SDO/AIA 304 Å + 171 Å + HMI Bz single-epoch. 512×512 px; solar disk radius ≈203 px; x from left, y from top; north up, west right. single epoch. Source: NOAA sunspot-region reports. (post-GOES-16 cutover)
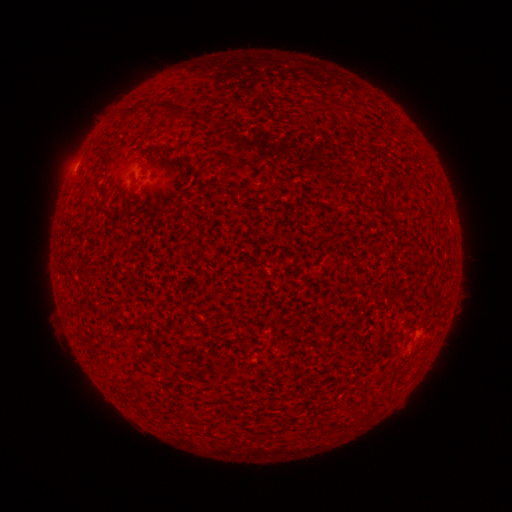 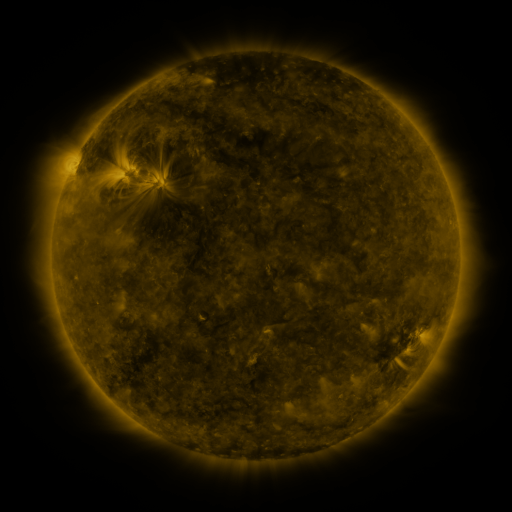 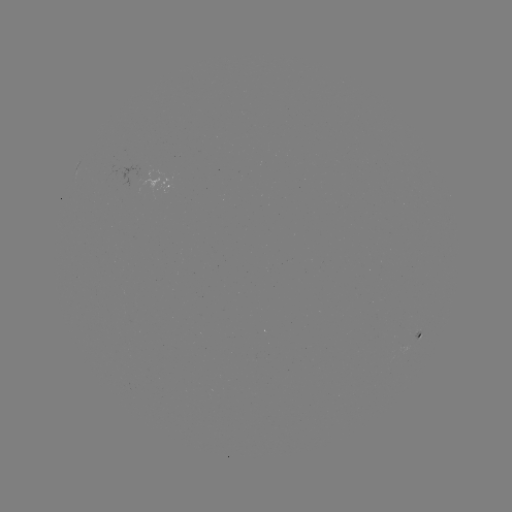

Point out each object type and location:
spotted active region: (172, 183)
spotted active region: (420, 338)
